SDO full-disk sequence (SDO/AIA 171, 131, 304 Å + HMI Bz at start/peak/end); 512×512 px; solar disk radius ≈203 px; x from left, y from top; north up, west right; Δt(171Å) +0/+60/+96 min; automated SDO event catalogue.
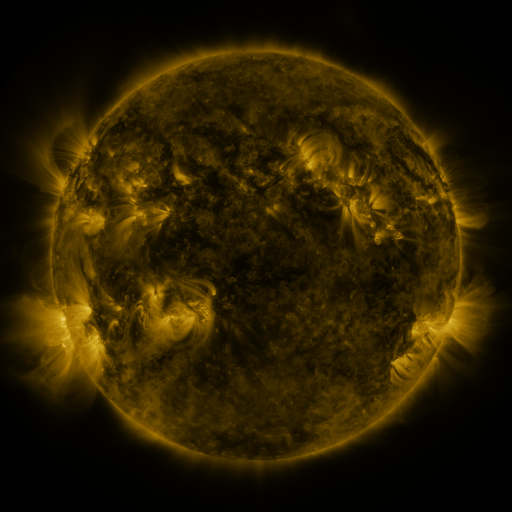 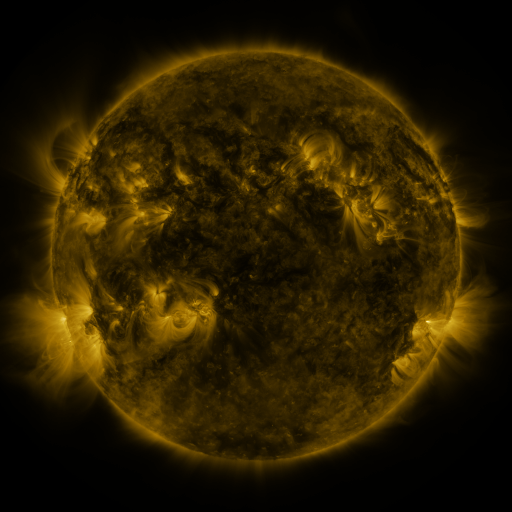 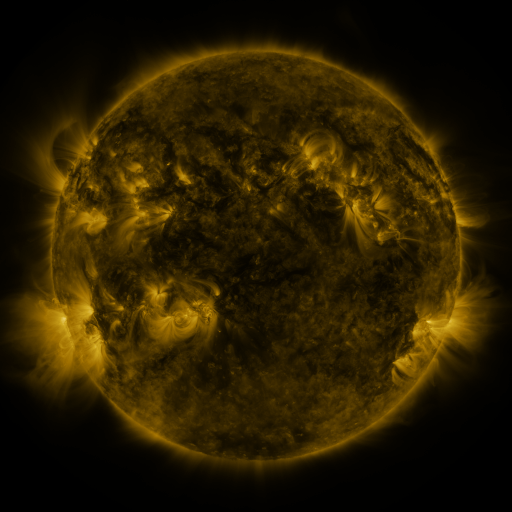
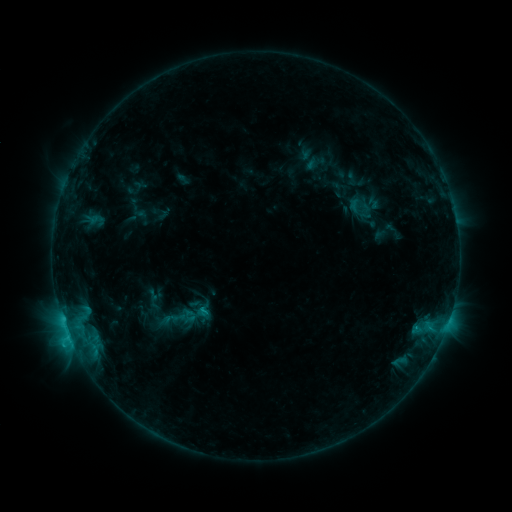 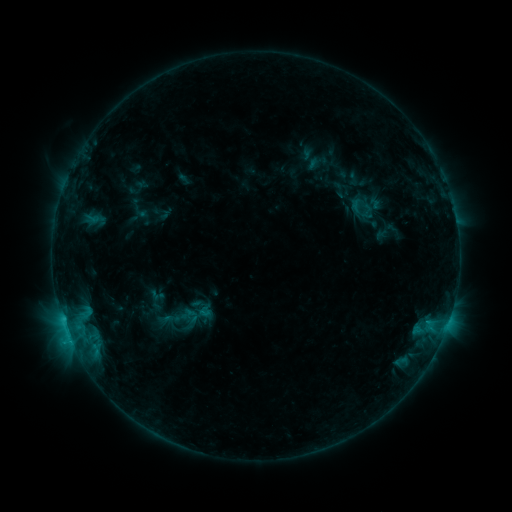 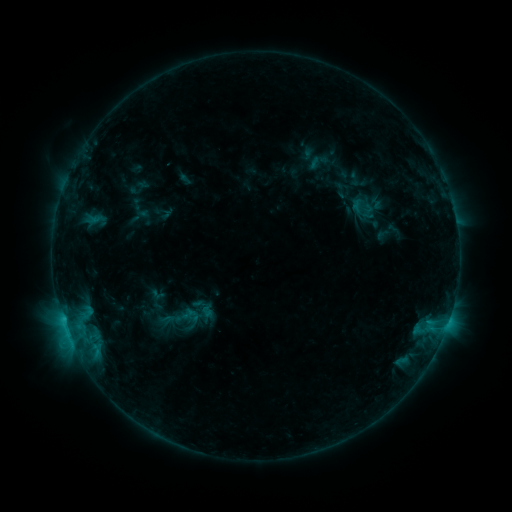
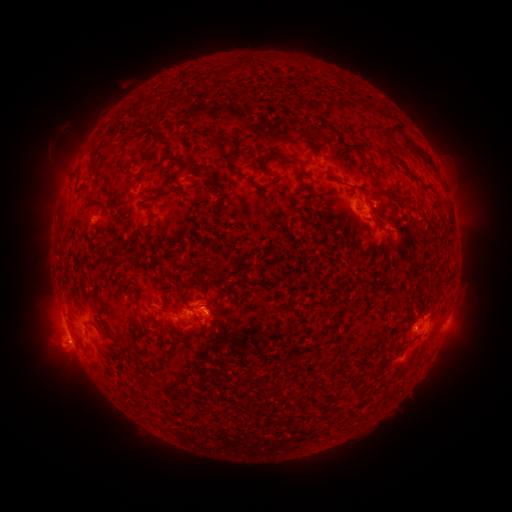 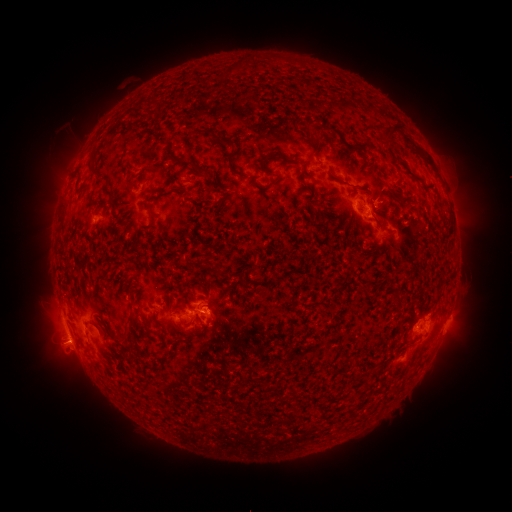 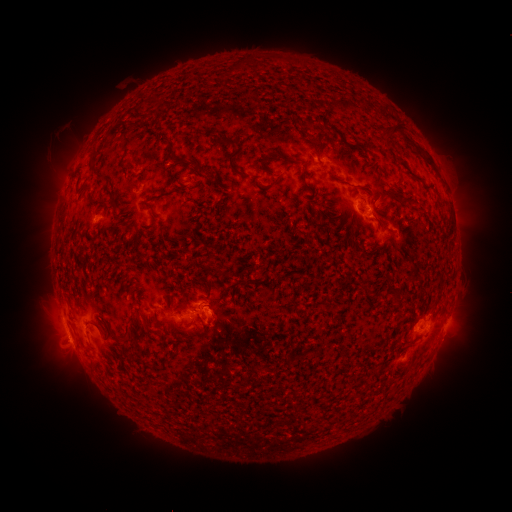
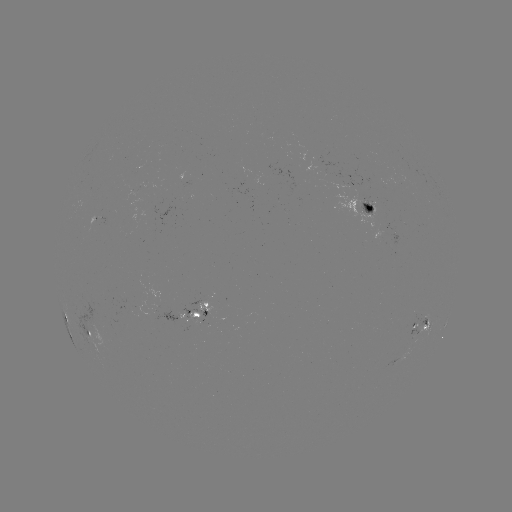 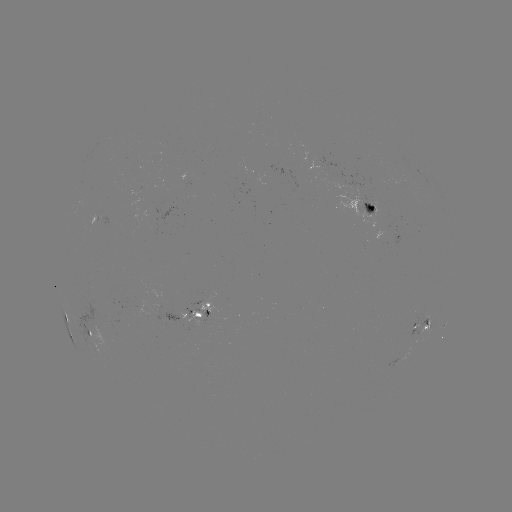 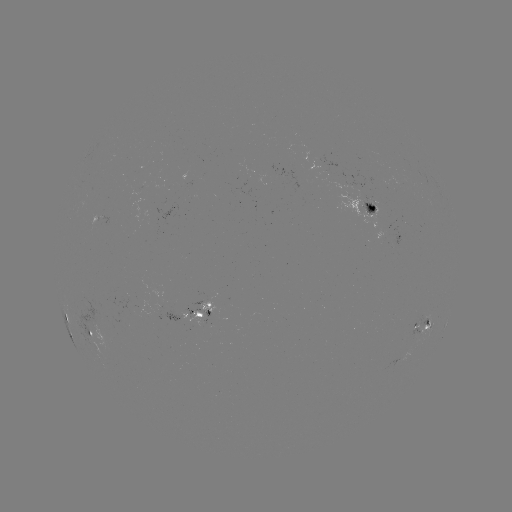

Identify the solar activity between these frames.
emerging-flux region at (97, 216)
